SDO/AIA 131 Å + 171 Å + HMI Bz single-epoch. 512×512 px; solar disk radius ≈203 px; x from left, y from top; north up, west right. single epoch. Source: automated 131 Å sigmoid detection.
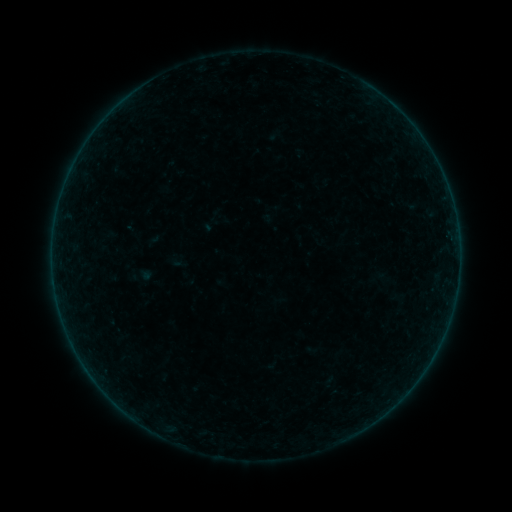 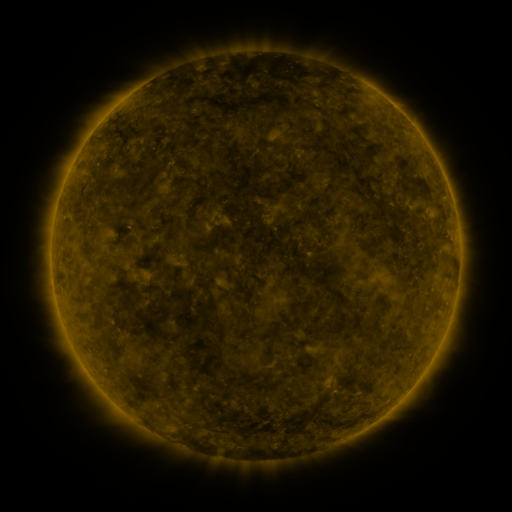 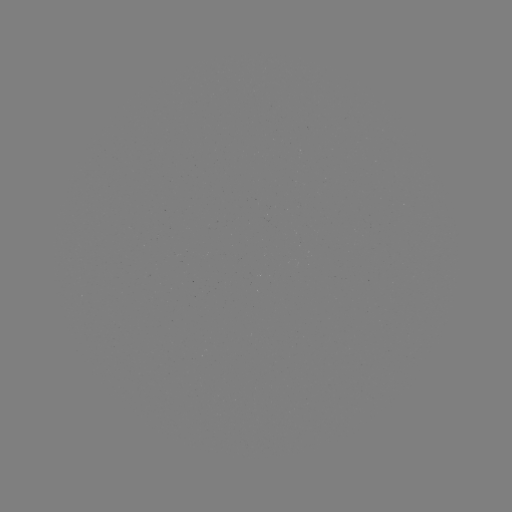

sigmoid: [206, 208, 223, 225]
